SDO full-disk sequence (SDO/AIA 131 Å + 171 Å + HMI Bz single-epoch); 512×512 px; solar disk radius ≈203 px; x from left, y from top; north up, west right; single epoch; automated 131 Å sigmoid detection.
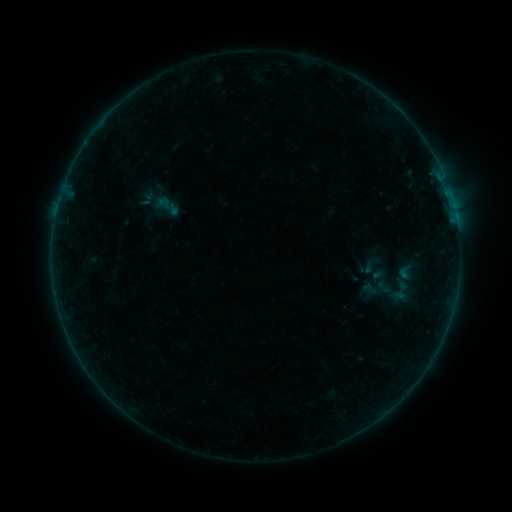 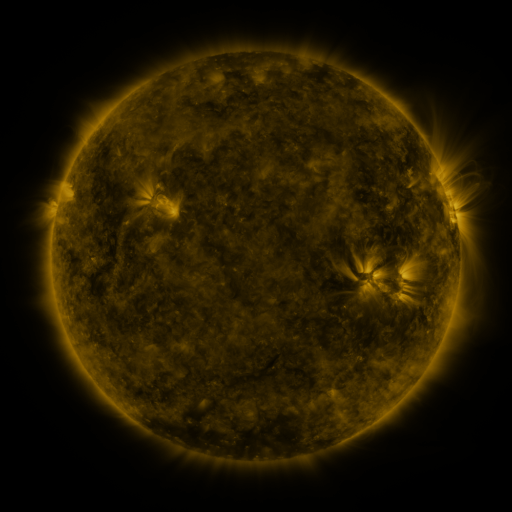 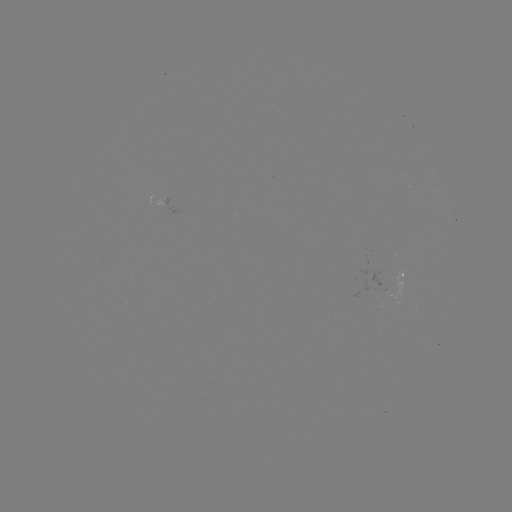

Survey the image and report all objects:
sigmoid: (405, 272)
